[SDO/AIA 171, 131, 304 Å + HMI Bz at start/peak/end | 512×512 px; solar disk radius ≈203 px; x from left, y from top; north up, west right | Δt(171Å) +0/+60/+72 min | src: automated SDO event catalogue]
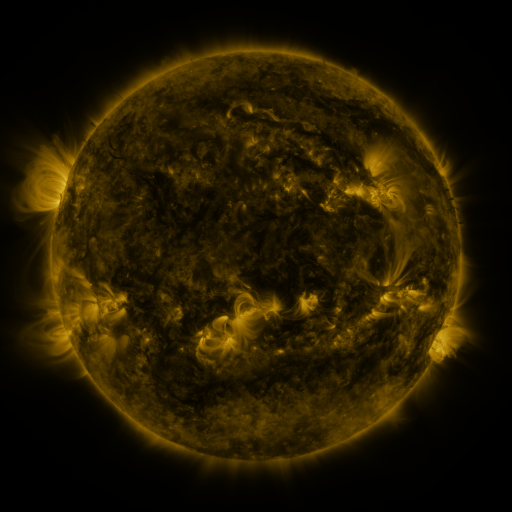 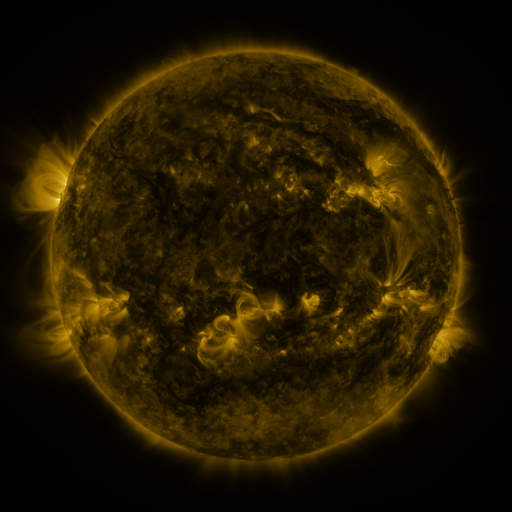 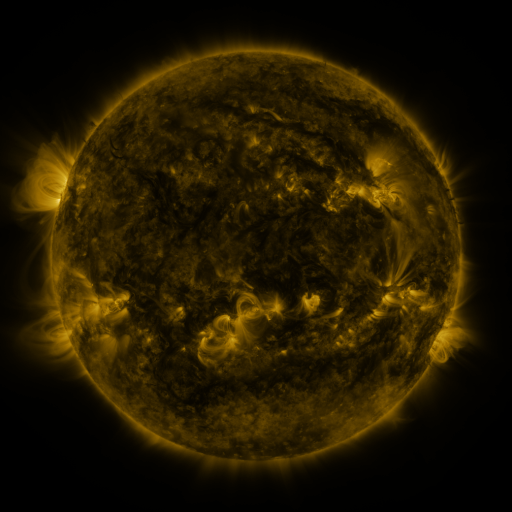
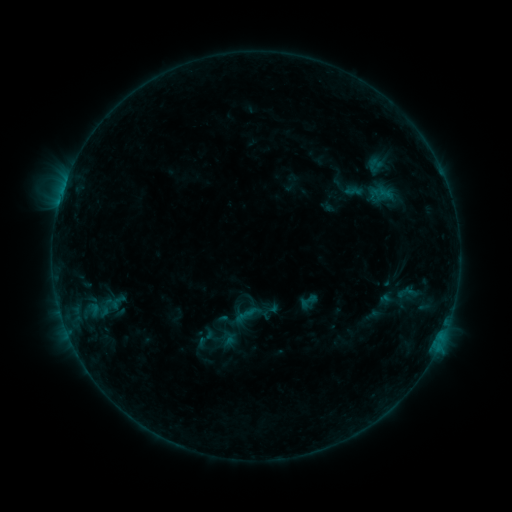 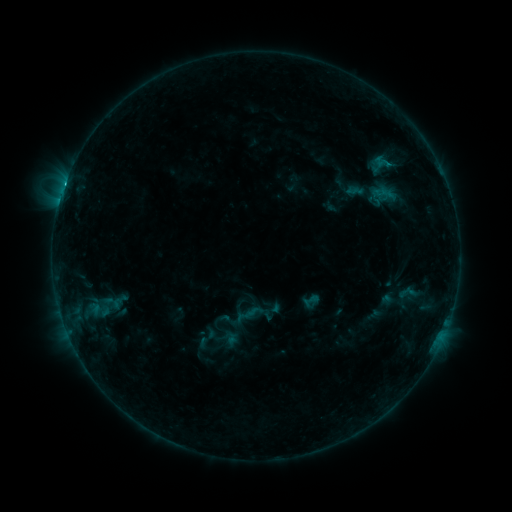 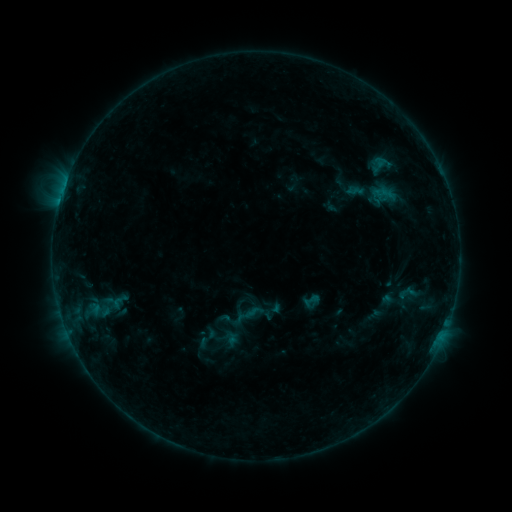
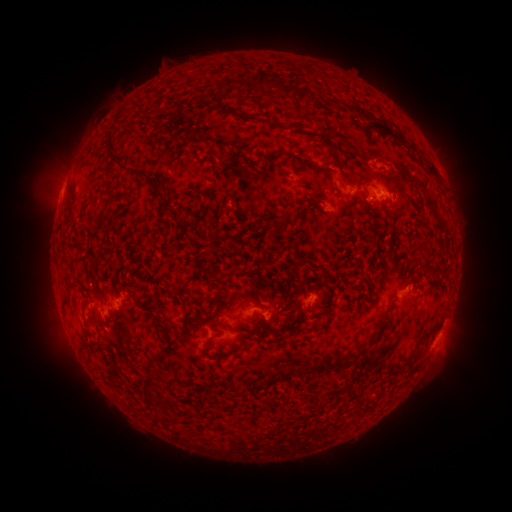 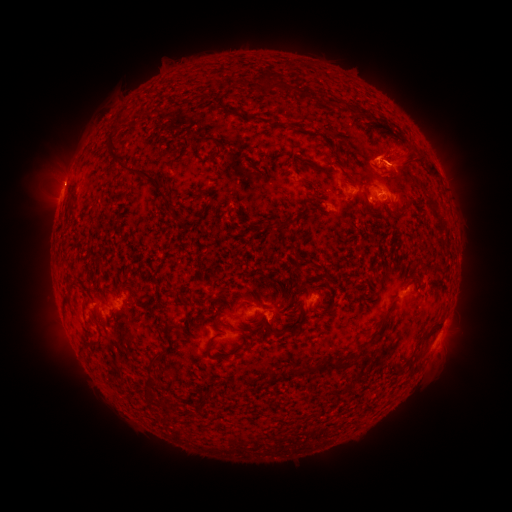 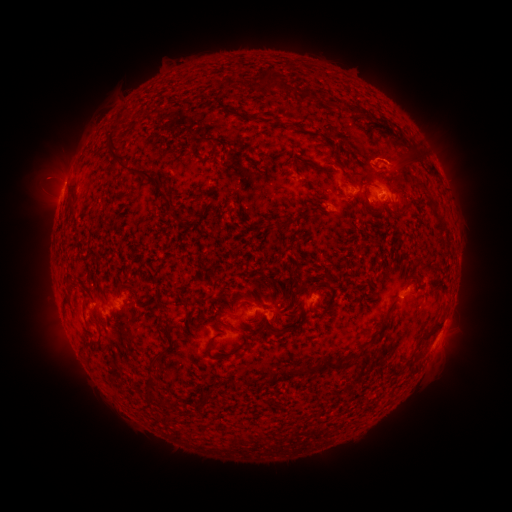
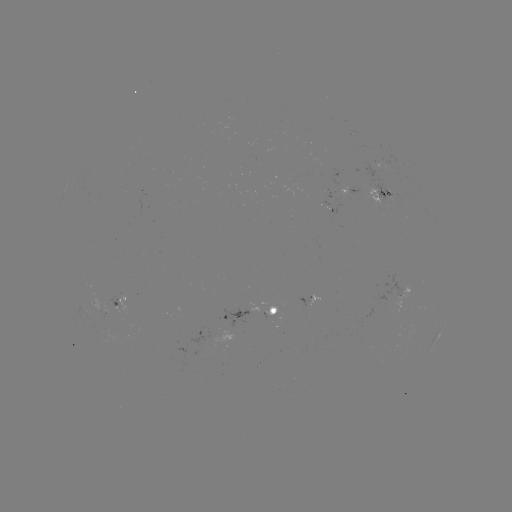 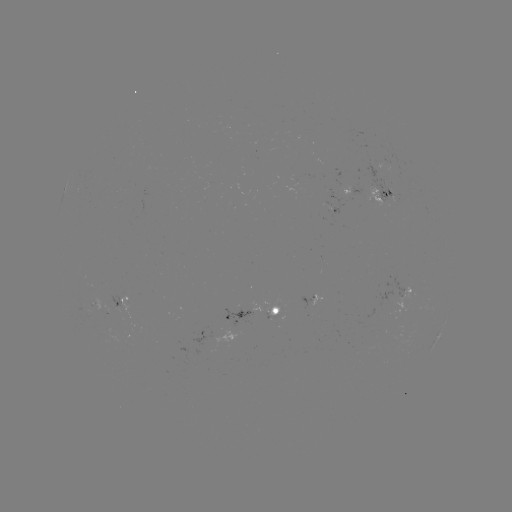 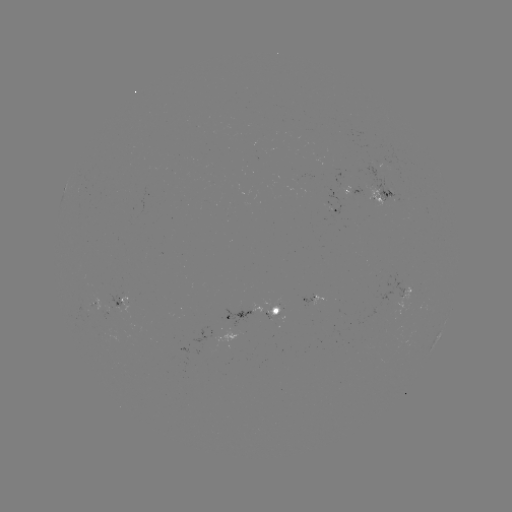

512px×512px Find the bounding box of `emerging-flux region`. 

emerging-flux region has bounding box [264, 315, 282, 319].